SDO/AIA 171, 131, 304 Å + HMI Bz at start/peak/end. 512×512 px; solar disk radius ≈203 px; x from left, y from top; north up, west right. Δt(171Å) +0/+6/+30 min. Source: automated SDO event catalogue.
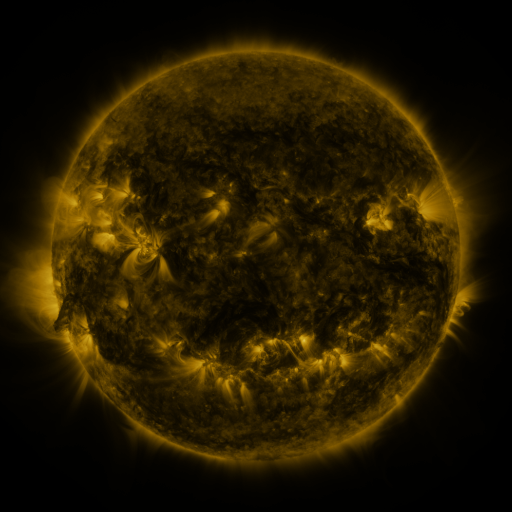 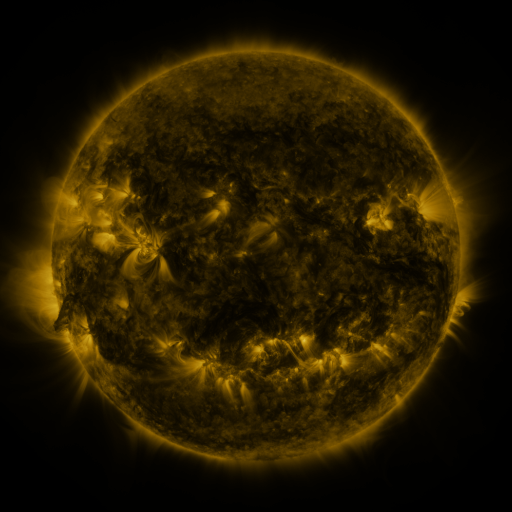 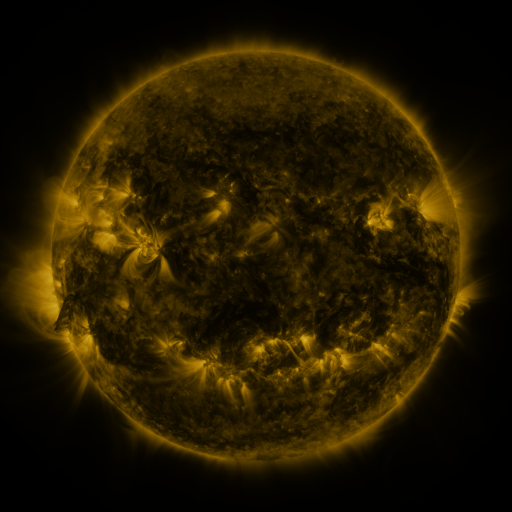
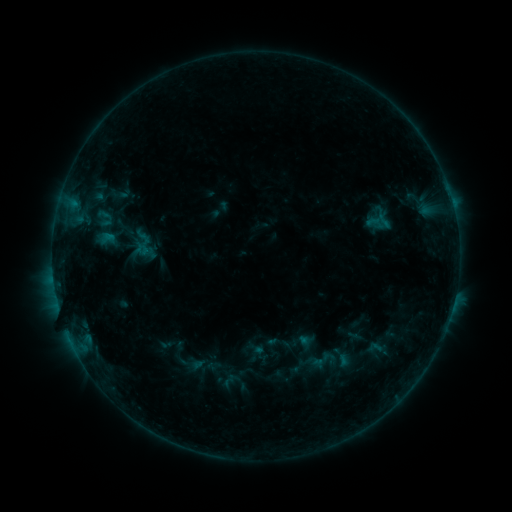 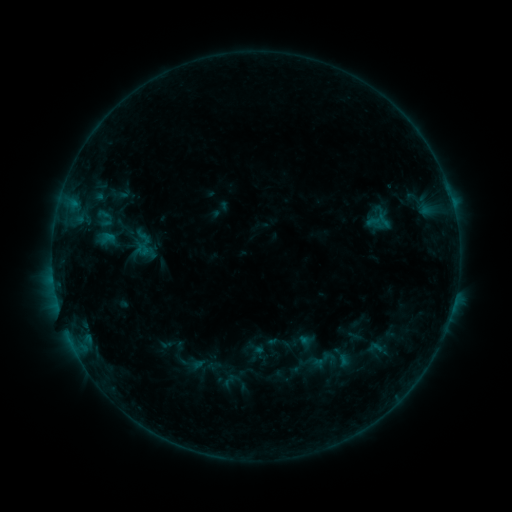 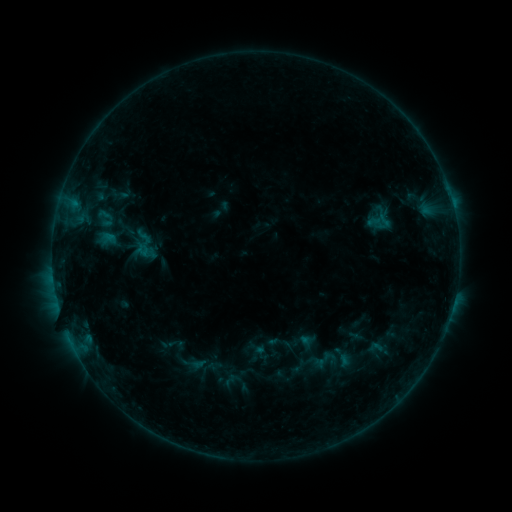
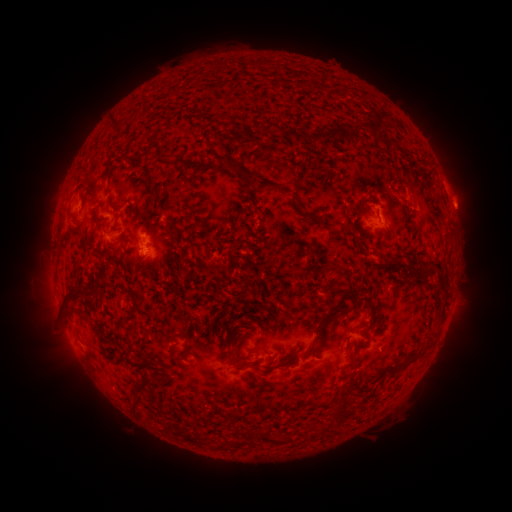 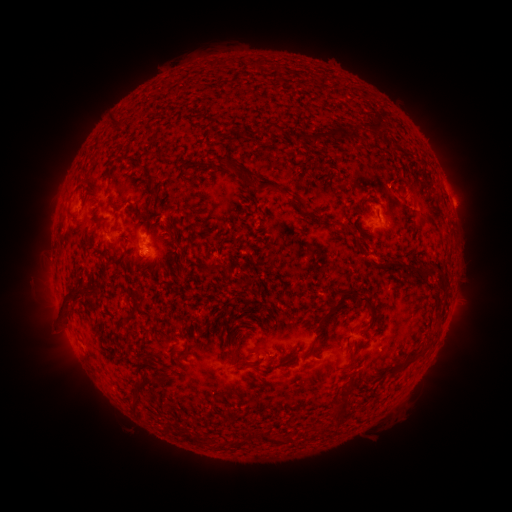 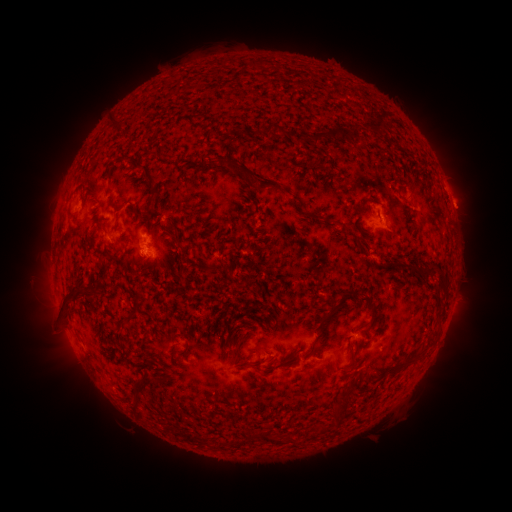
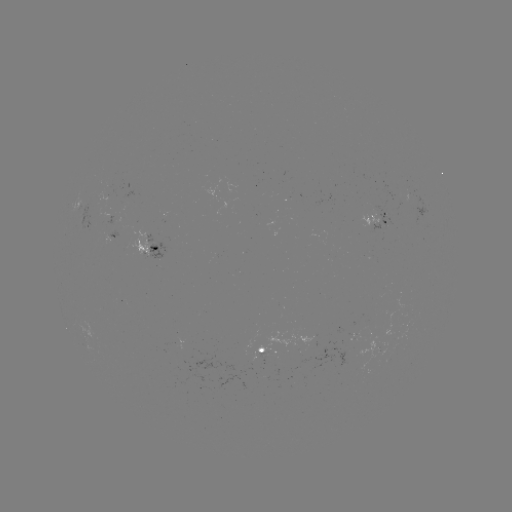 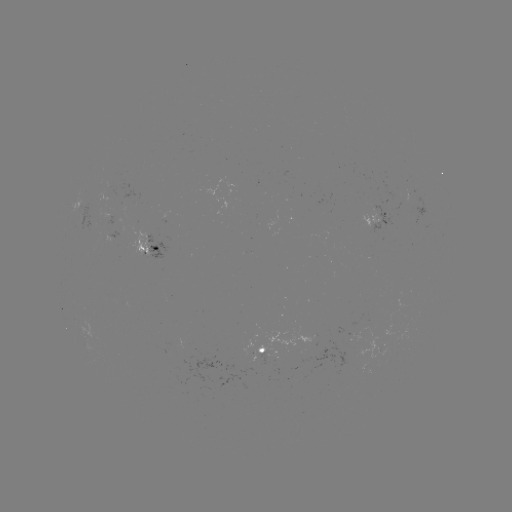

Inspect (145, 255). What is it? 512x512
B3.9 flare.